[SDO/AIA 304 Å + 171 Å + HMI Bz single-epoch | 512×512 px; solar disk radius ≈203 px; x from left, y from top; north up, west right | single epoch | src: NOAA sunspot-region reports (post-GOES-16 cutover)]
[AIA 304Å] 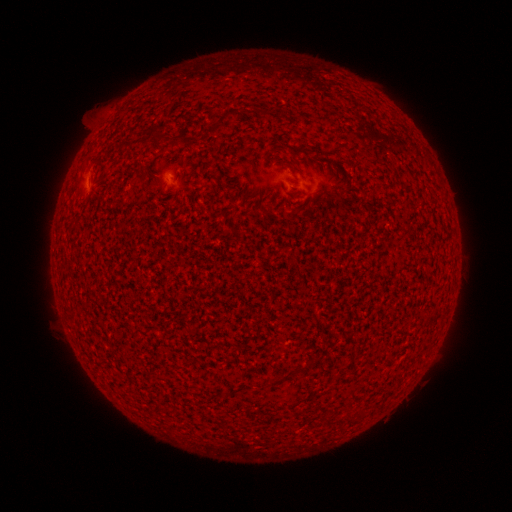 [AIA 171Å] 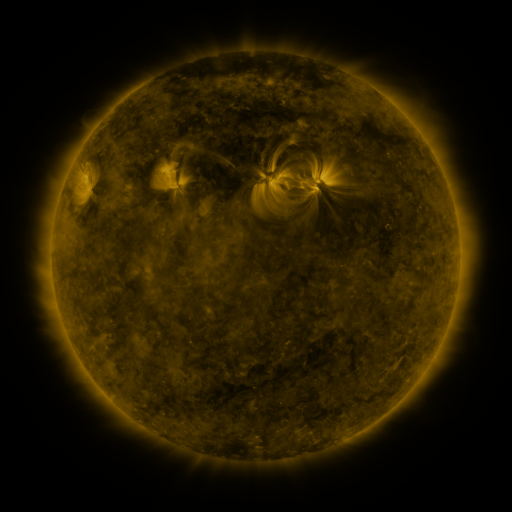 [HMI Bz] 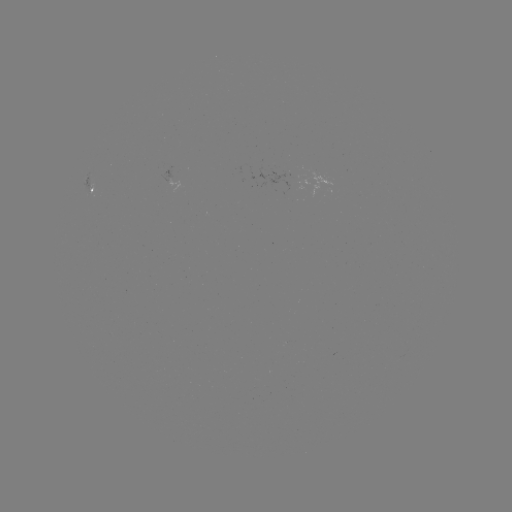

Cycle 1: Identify spotted active region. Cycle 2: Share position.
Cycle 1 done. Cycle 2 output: [93, 186].